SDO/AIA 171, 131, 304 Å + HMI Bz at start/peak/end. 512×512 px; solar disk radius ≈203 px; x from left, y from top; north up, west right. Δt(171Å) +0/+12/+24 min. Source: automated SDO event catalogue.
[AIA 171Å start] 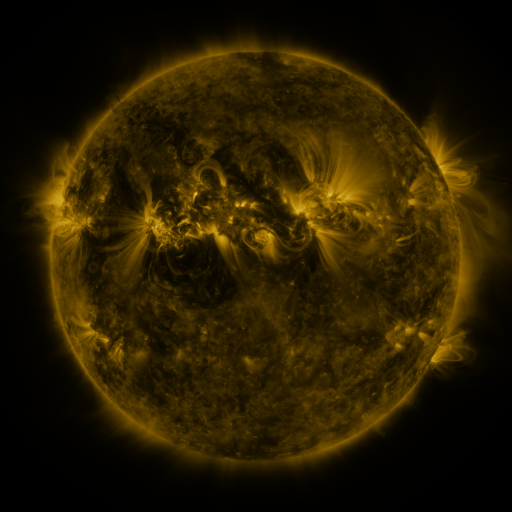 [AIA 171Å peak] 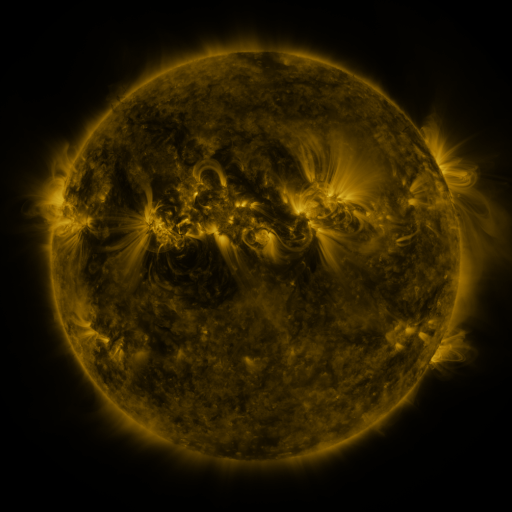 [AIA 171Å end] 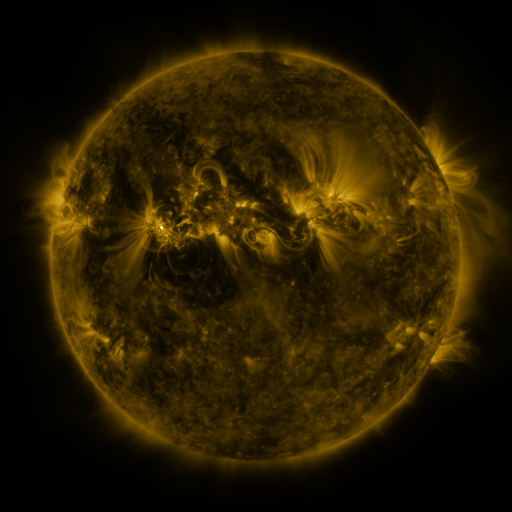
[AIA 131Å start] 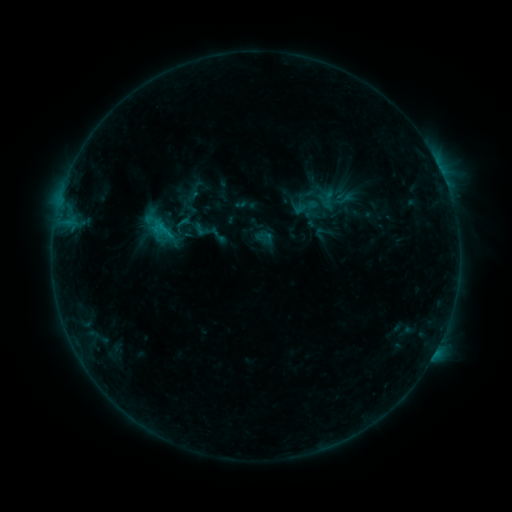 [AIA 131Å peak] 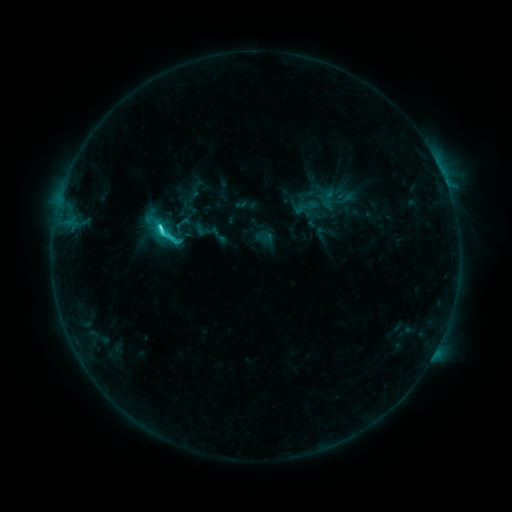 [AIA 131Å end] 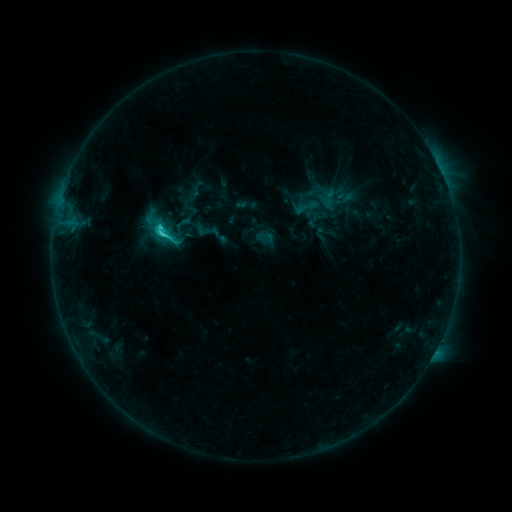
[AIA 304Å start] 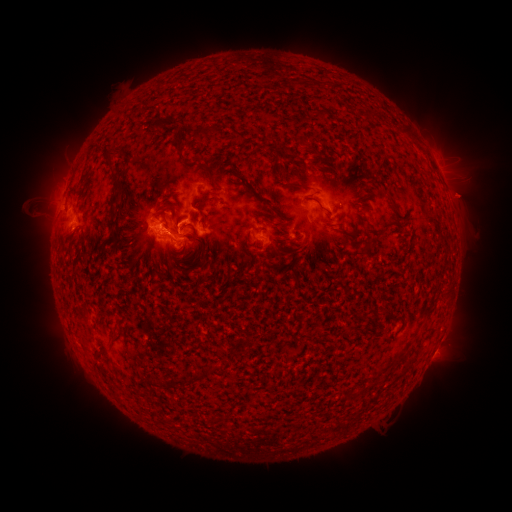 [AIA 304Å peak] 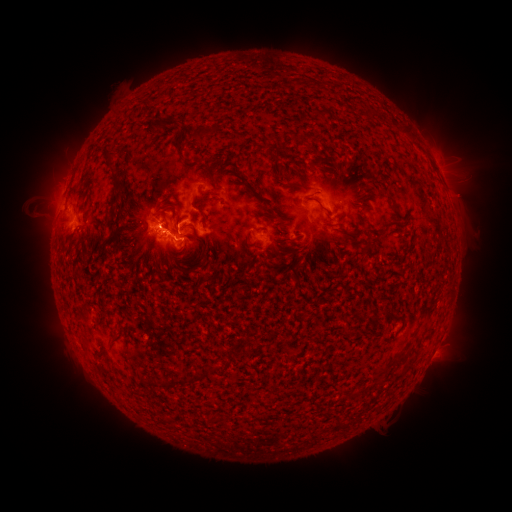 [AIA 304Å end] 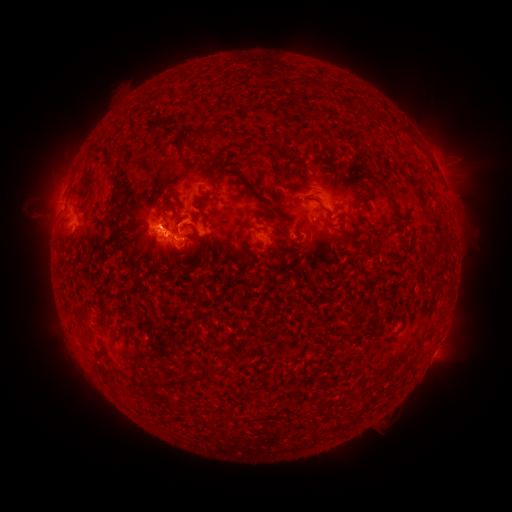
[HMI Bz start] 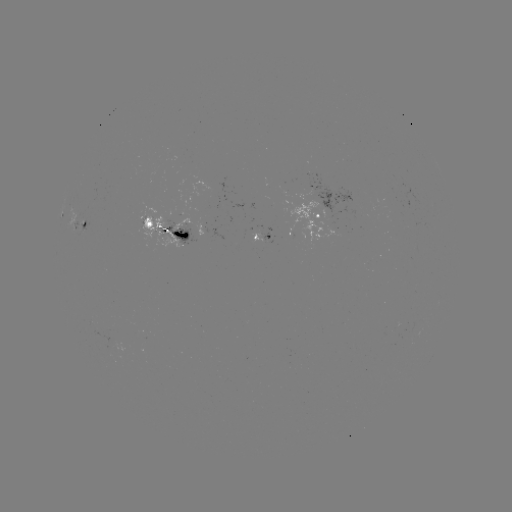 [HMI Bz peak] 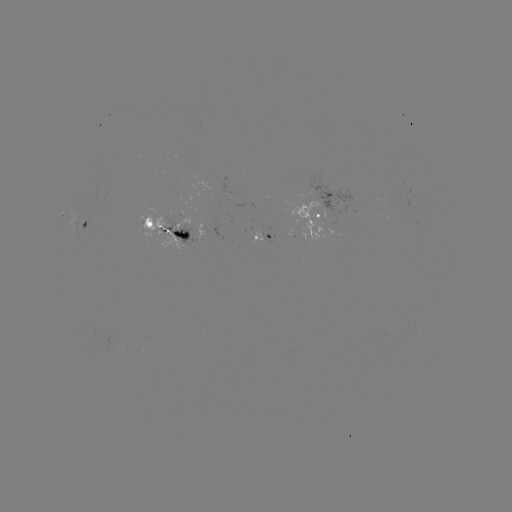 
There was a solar flare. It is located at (162, 231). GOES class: C4.8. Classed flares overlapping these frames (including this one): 1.